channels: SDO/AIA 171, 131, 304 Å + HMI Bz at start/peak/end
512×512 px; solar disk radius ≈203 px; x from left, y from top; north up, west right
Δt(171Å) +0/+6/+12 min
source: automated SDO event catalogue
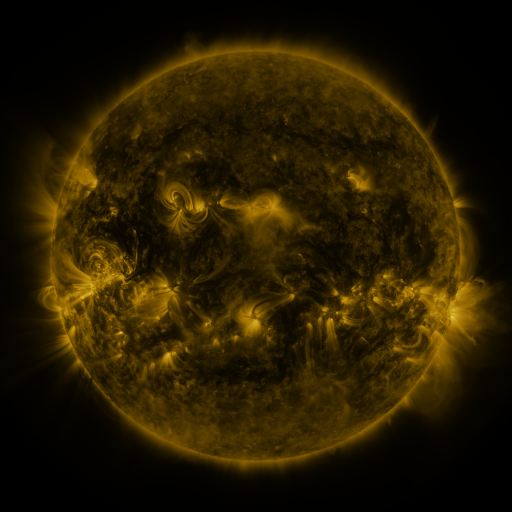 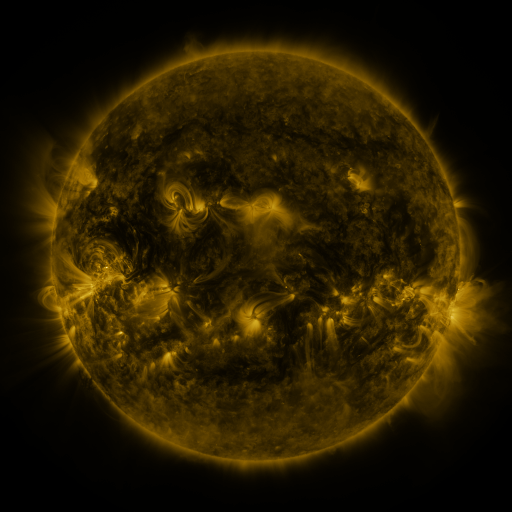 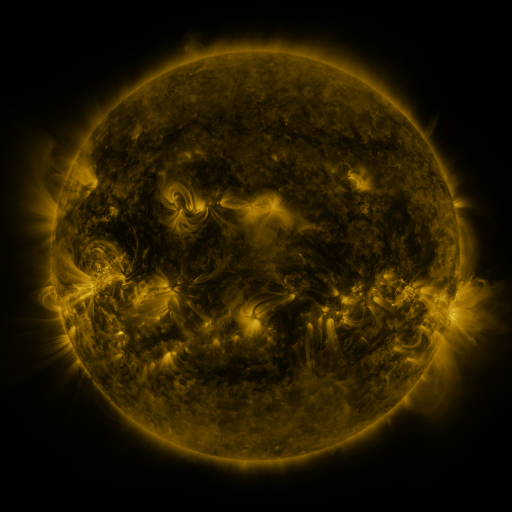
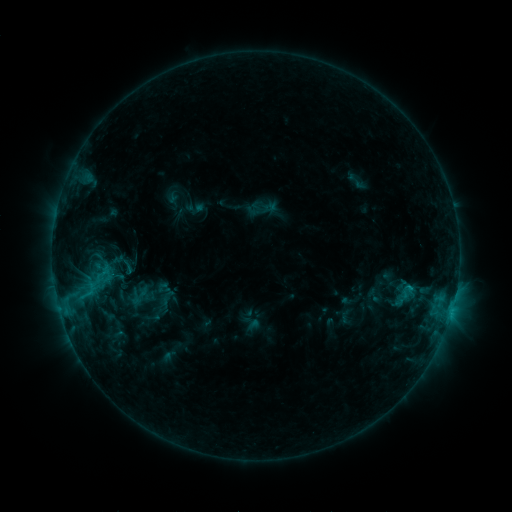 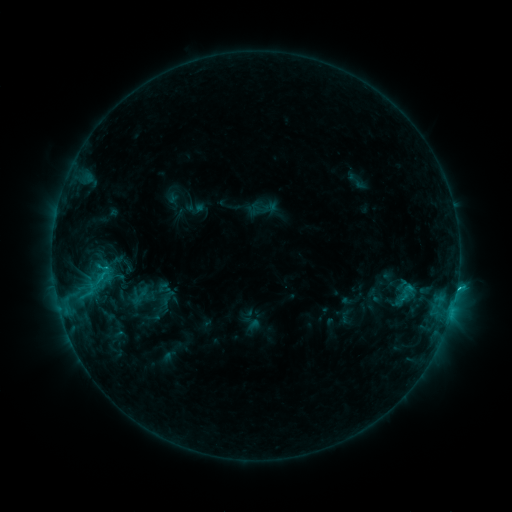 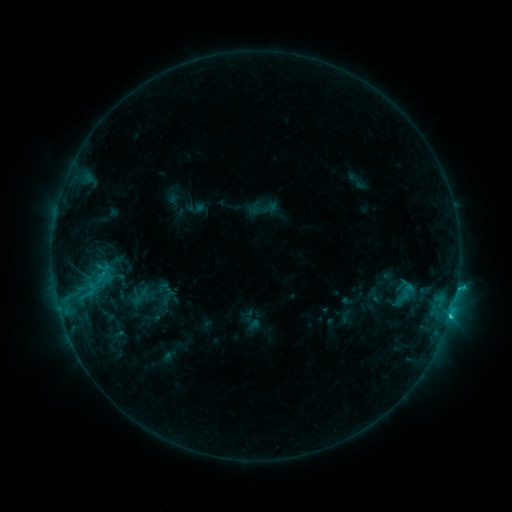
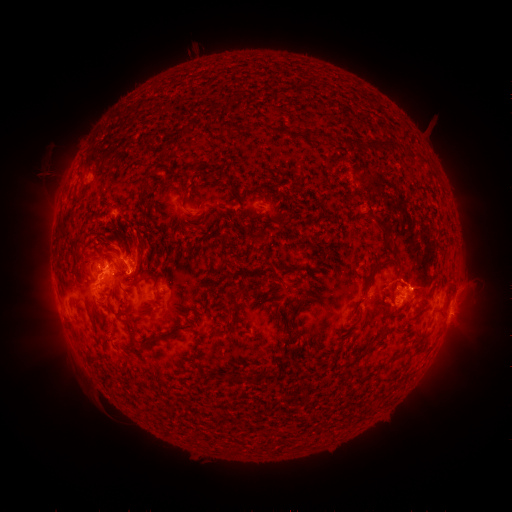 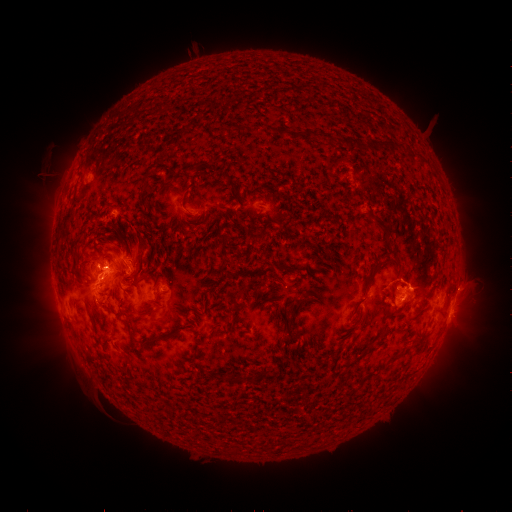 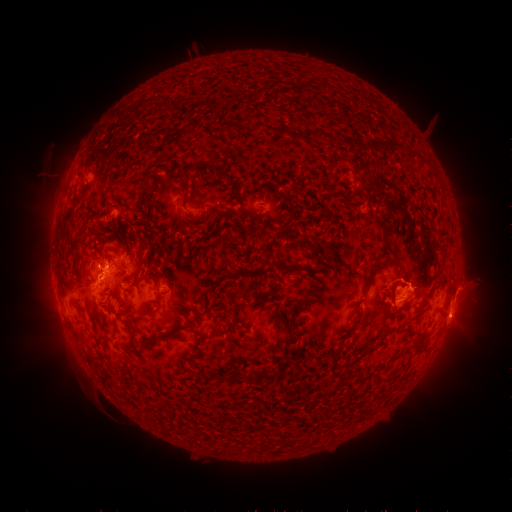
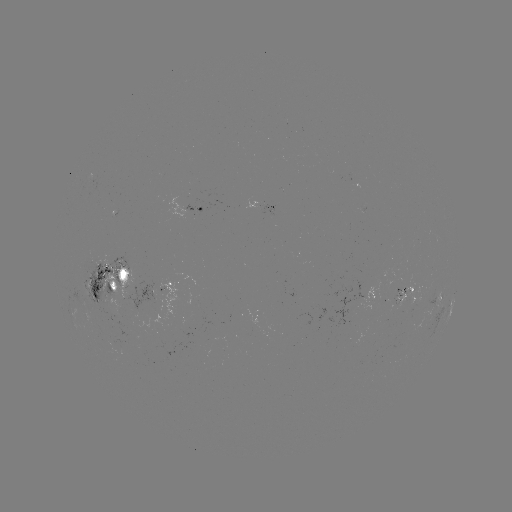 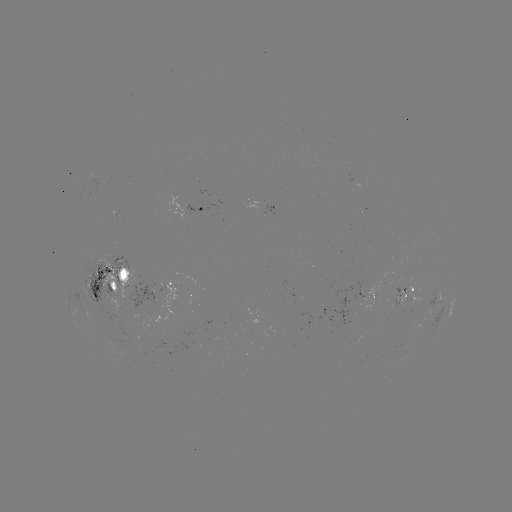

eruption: <bbox>435, 267, 490, 350</bbox>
